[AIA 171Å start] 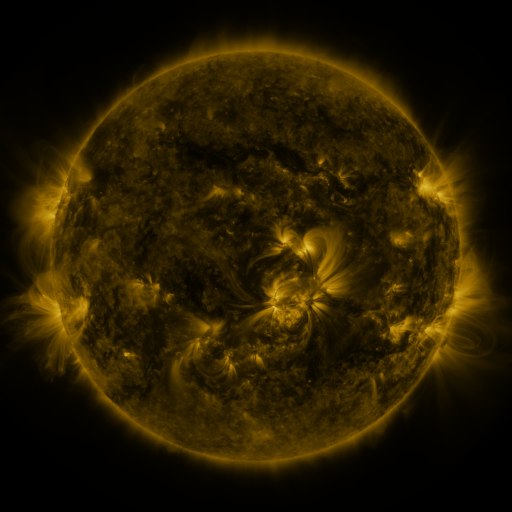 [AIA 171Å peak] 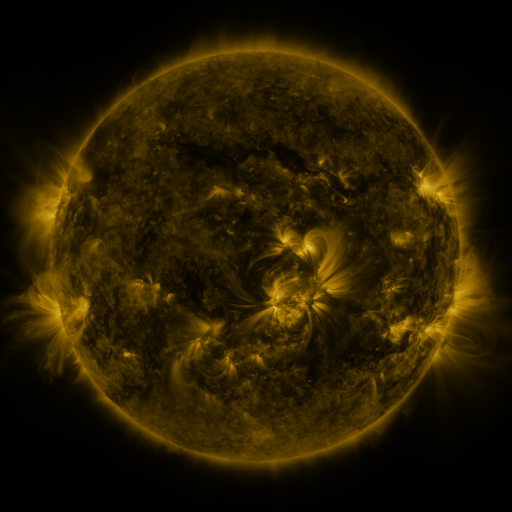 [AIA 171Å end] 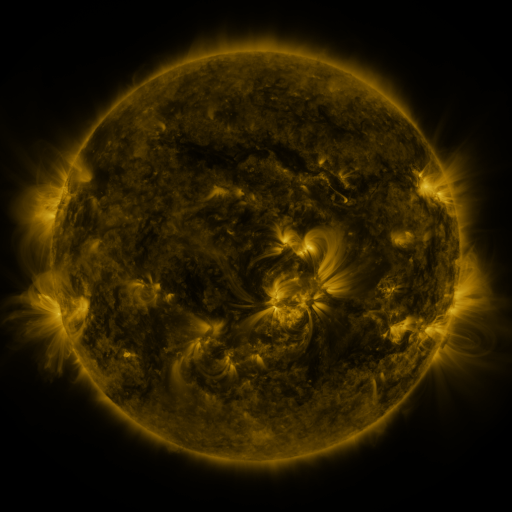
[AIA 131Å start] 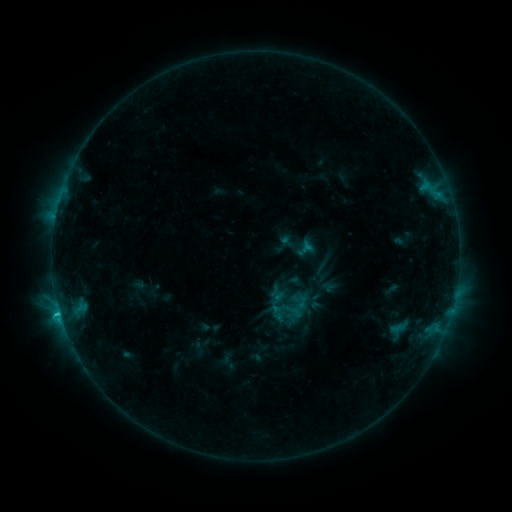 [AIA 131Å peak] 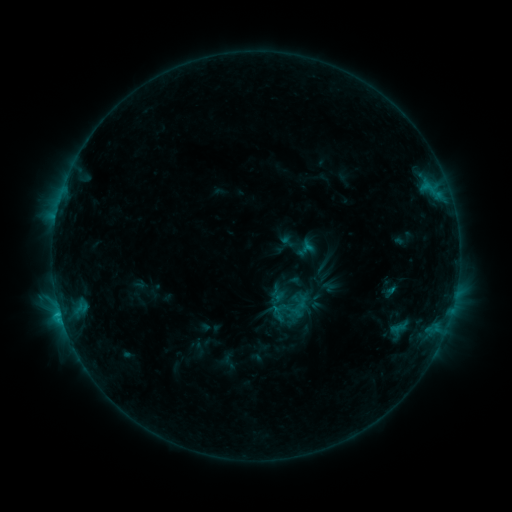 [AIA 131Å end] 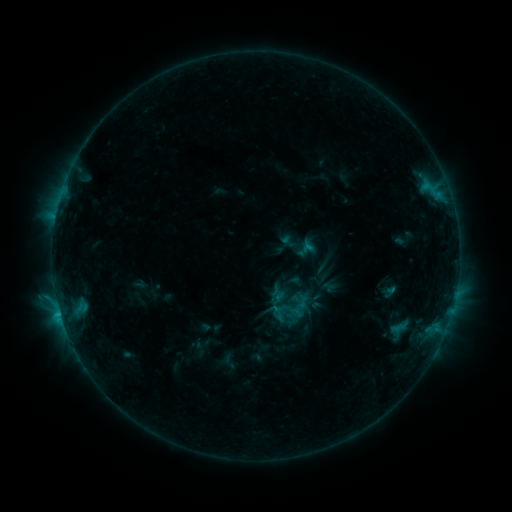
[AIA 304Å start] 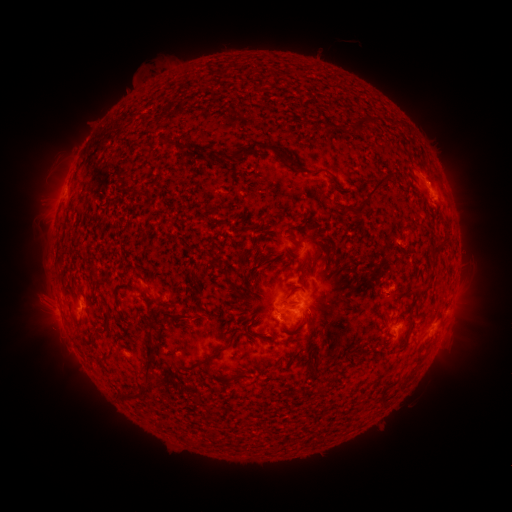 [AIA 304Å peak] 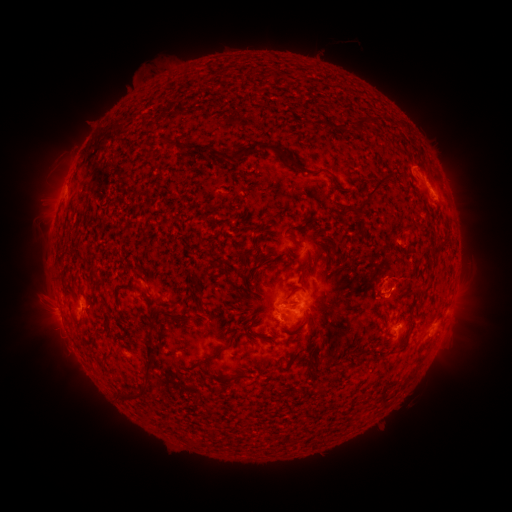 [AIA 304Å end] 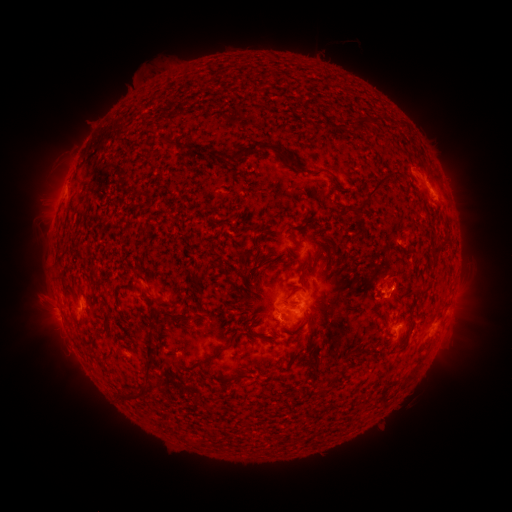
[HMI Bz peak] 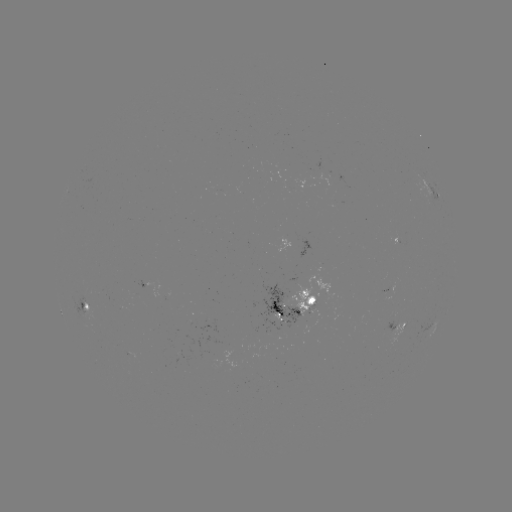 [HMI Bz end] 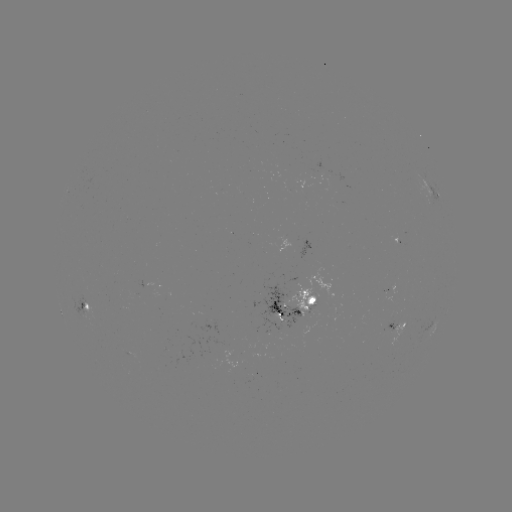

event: eruption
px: (395, 281)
